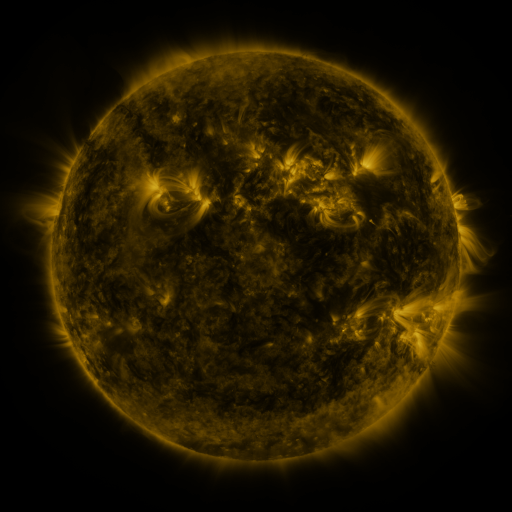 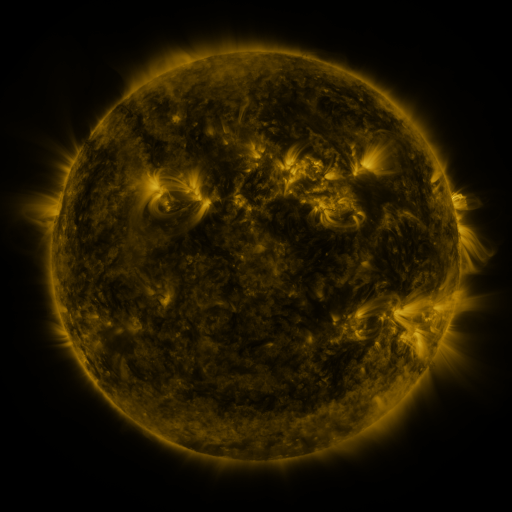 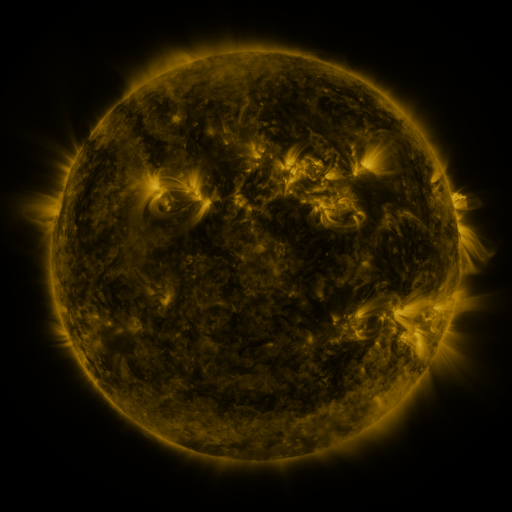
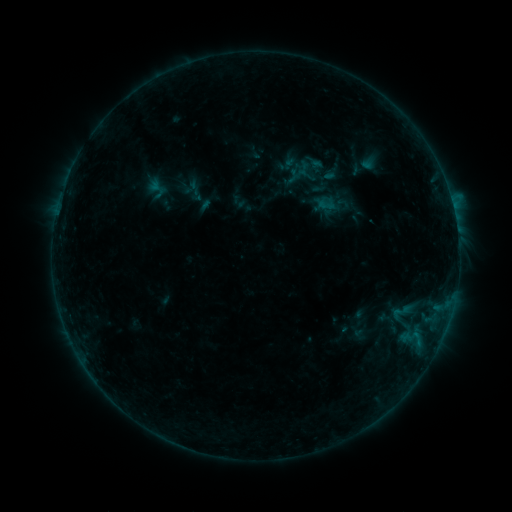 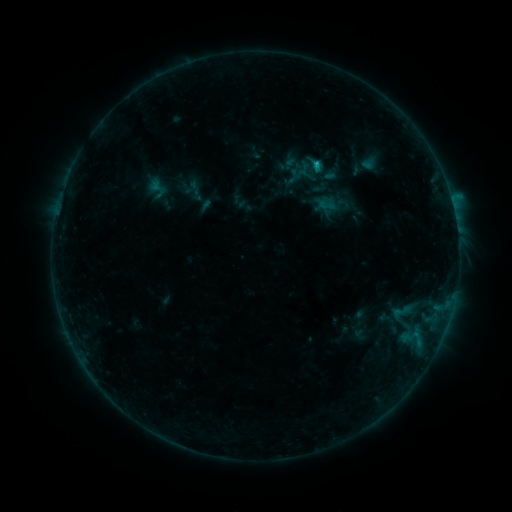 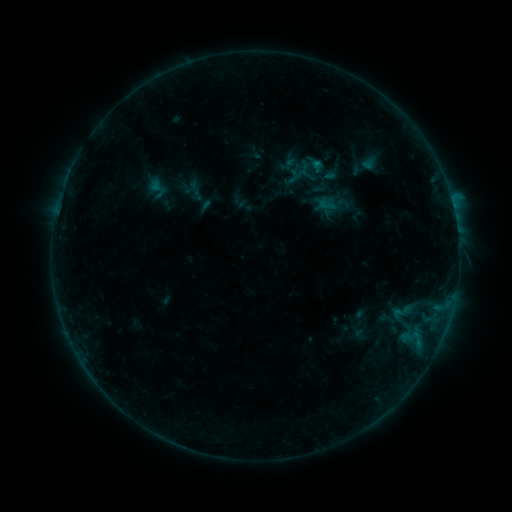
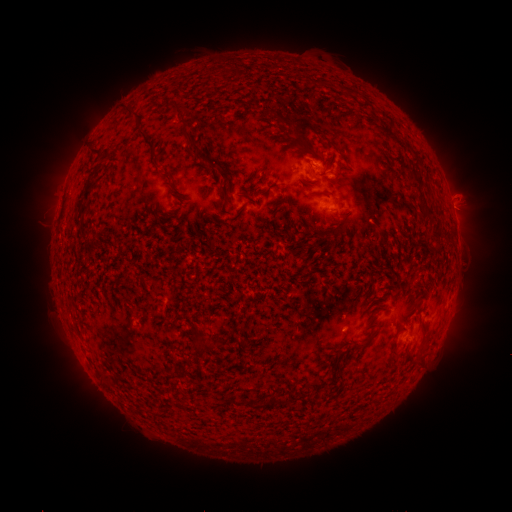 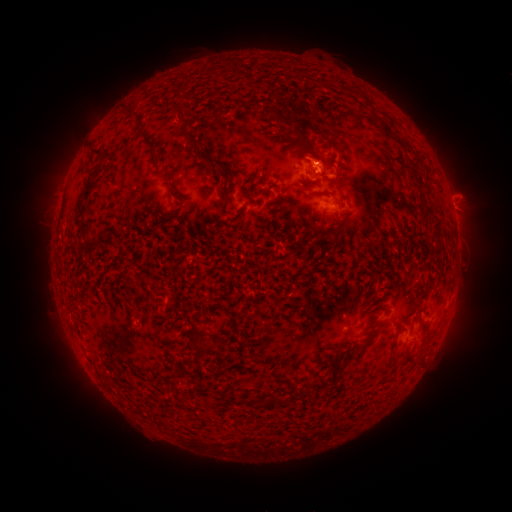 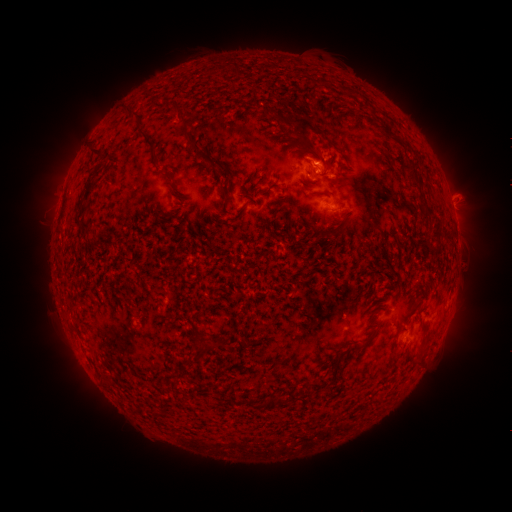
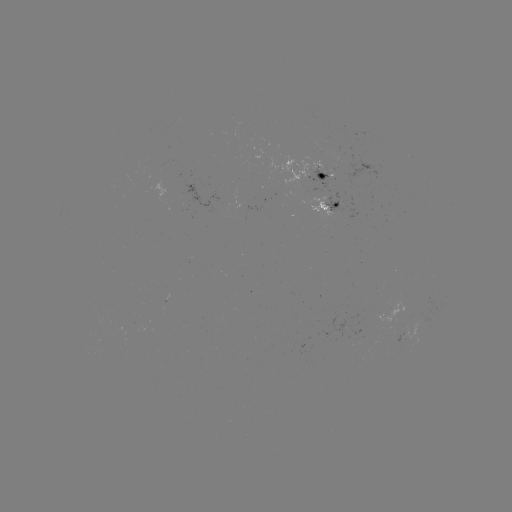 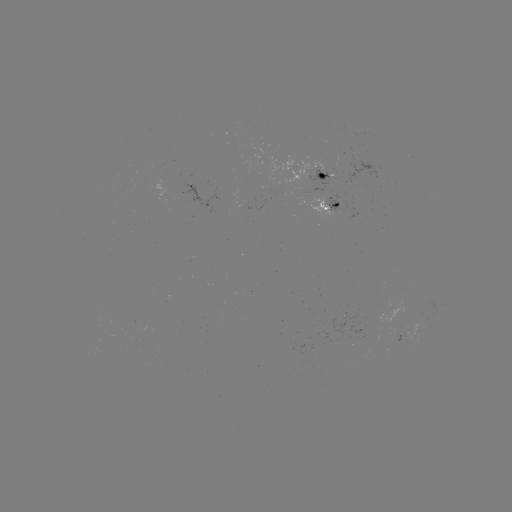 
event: flare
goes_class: B7.4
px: (315, 167)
